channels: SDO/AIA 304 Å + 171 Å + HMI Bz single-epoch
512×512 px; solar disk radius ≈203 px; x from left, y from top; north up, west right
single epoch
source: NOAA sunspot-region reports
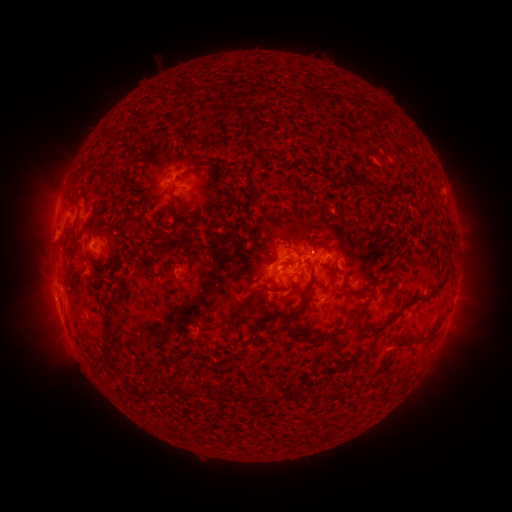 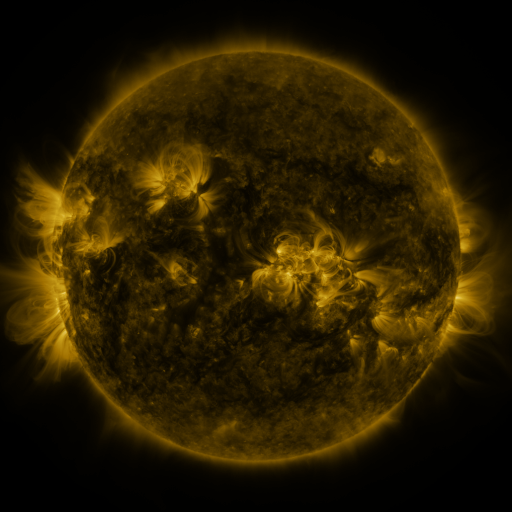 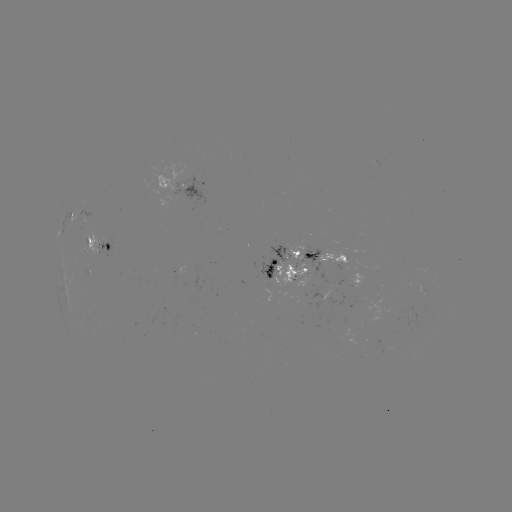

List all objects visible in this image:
spotted active region: (184, 187)
spotted active region: (78, 212)
spotted active region: (104, 246)
spotted active region: (328, 257)
spotted active region: (287, 266)
spotted active region: (357, 283)
